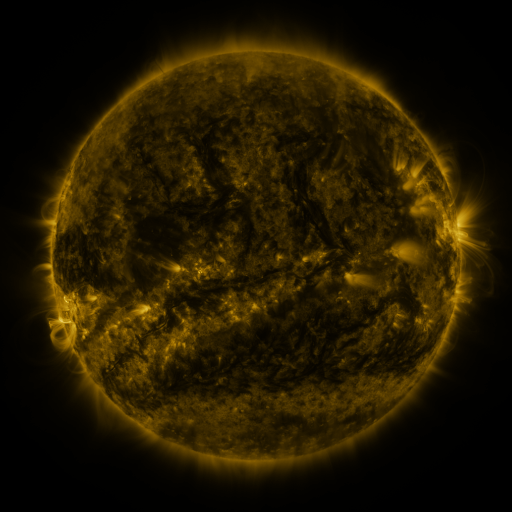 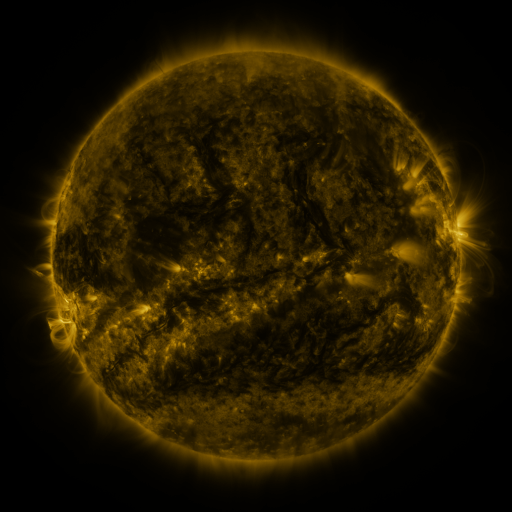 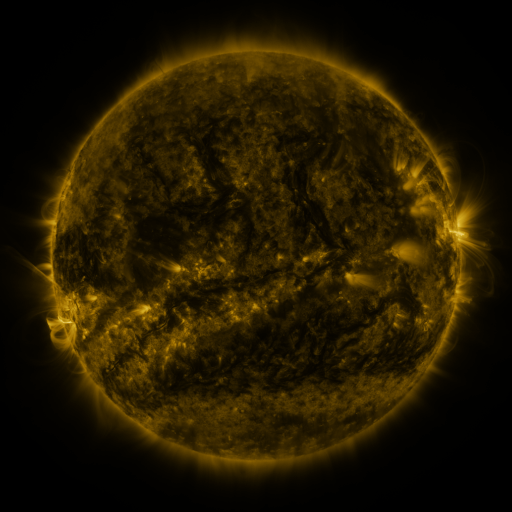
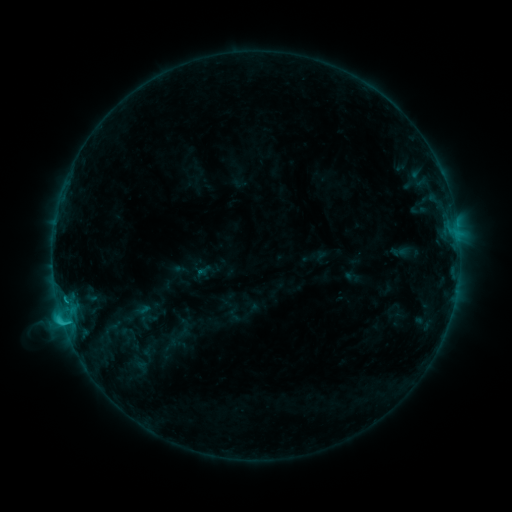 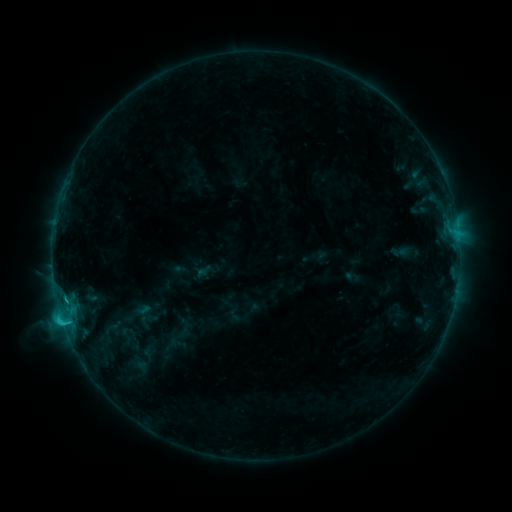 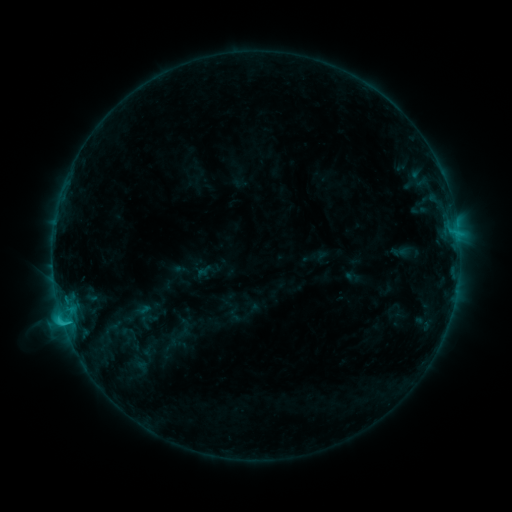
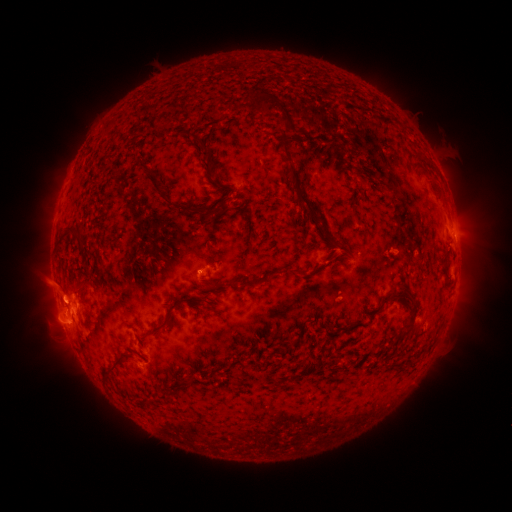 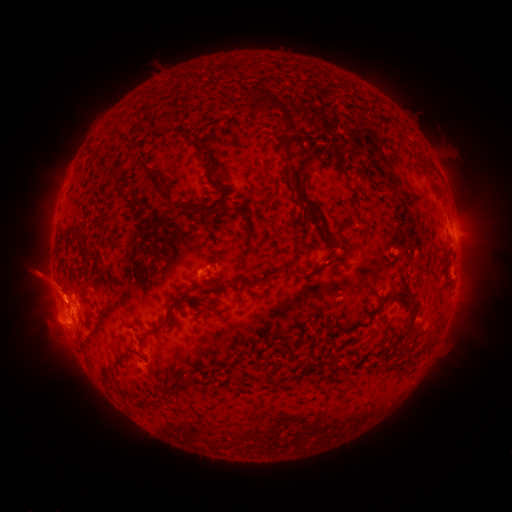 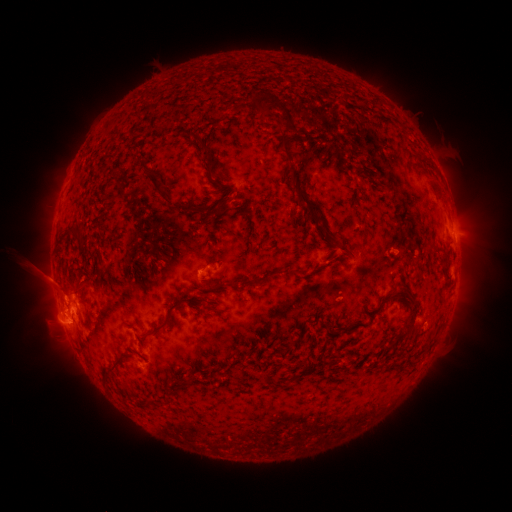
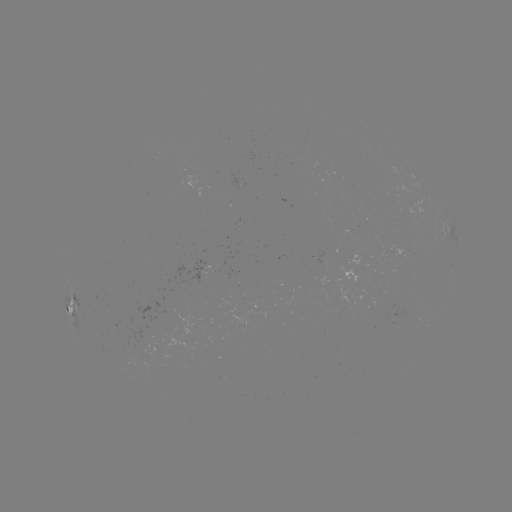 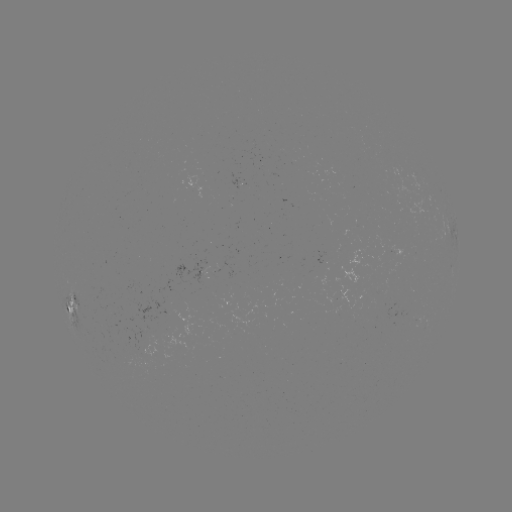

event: eruption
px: (50, 282)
